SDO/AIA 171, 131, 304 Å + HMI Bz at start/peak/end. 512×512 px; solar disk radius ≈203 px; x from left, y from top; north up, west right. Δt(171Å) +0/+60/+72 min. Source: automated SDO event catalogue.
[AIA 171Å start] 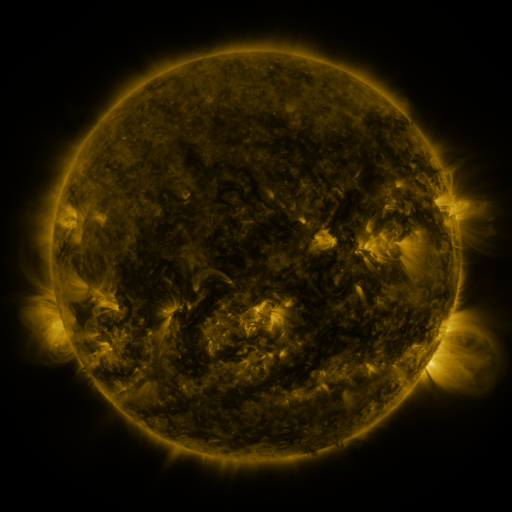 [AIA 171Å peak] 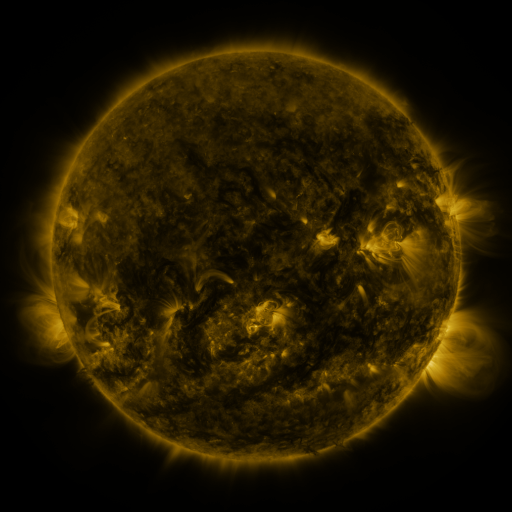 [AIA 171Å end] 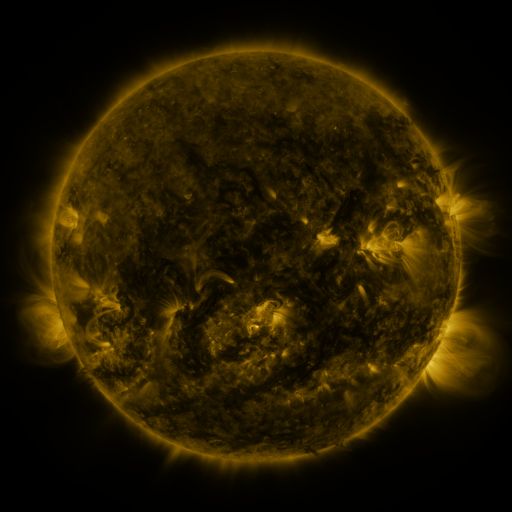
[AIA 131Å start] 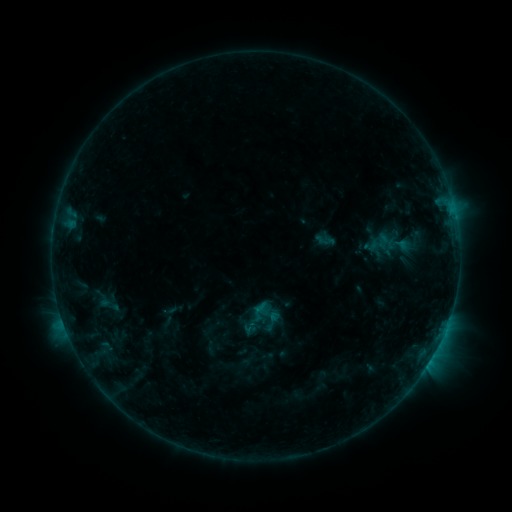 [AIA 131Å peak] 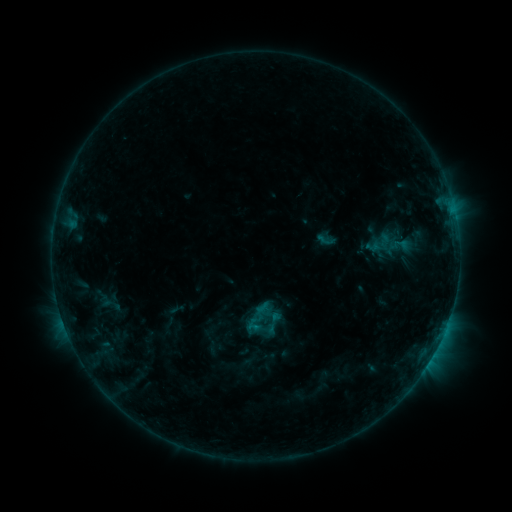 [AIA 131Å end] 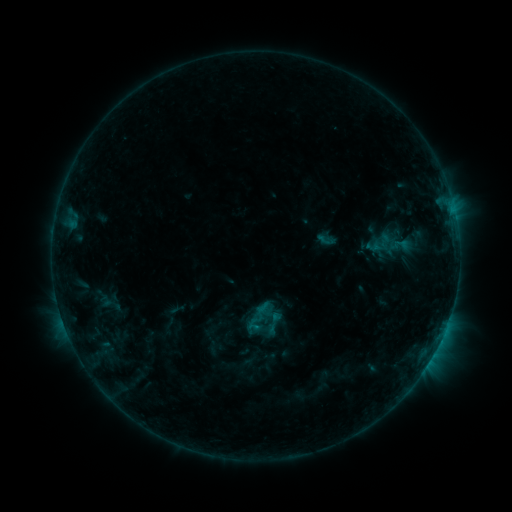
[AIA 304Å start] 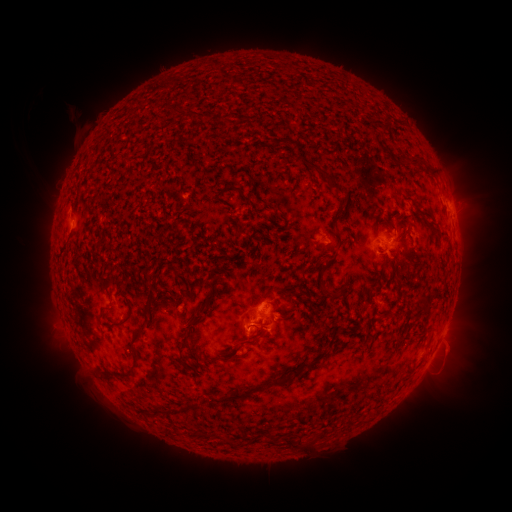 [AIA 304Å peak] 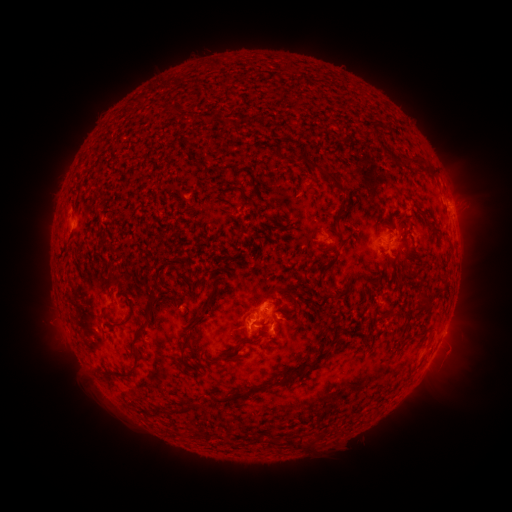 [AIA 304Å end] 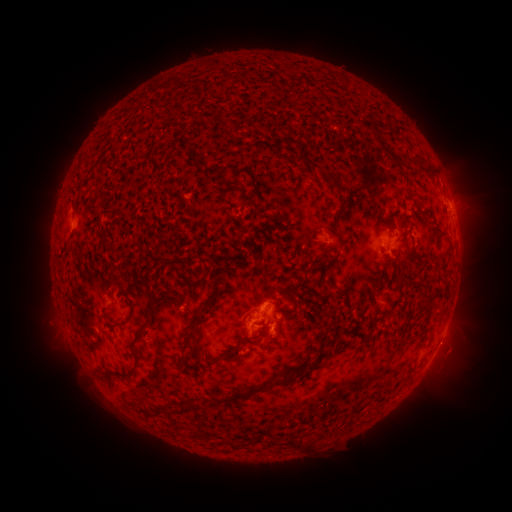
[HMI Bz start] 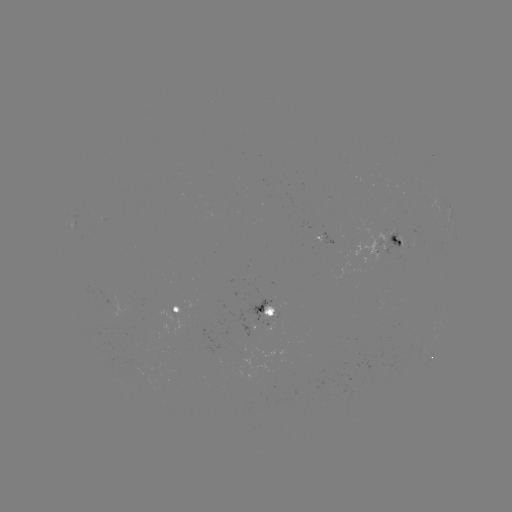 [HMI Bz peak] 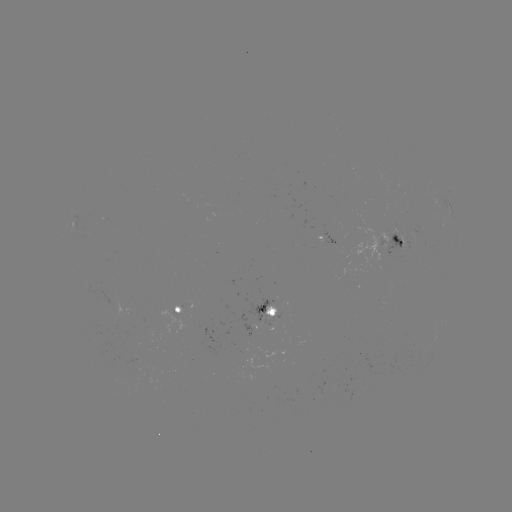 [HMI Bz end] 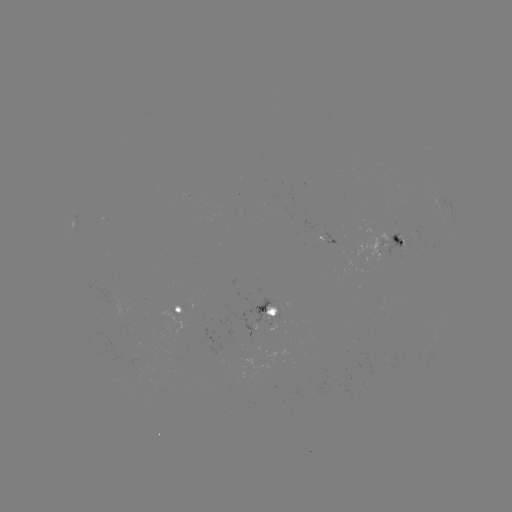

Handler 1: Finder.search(emerging-flux region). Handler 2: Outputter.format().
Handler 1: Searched emerging-flux region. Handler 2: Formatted [400, 240].